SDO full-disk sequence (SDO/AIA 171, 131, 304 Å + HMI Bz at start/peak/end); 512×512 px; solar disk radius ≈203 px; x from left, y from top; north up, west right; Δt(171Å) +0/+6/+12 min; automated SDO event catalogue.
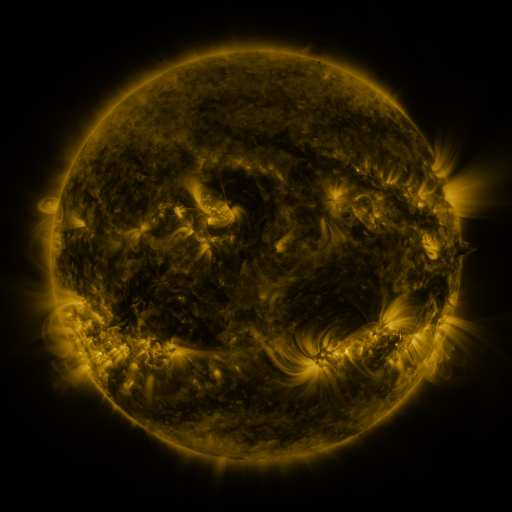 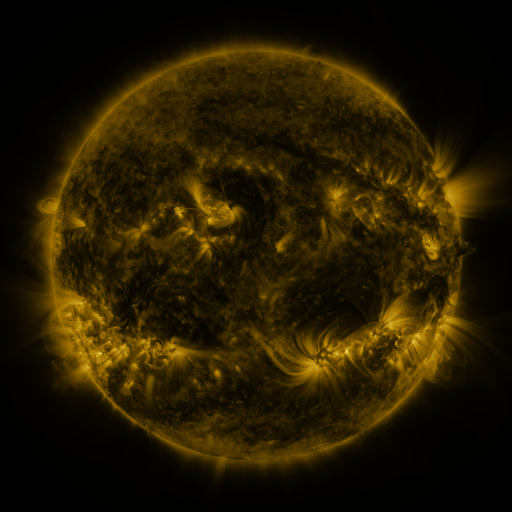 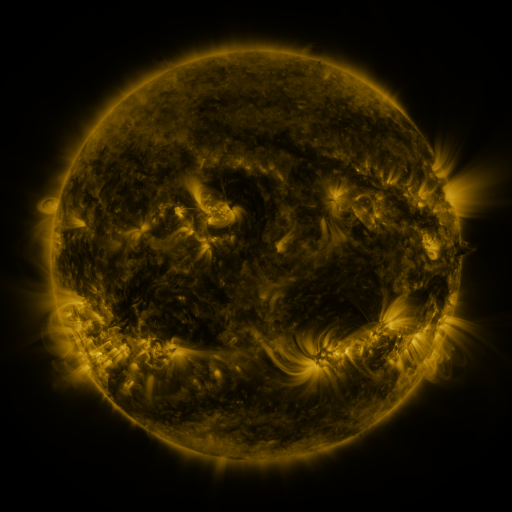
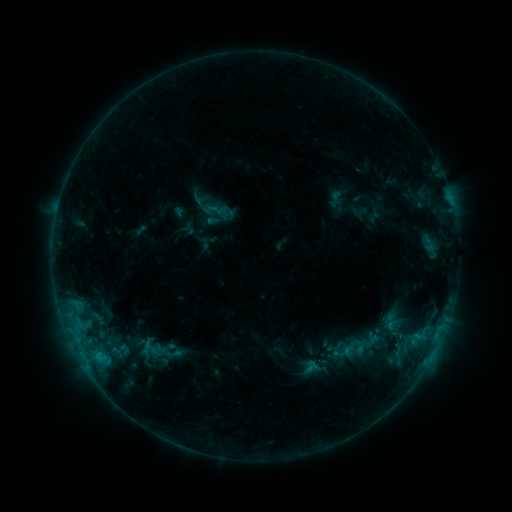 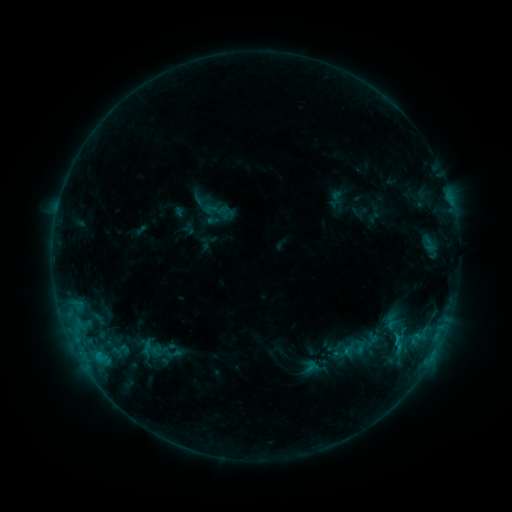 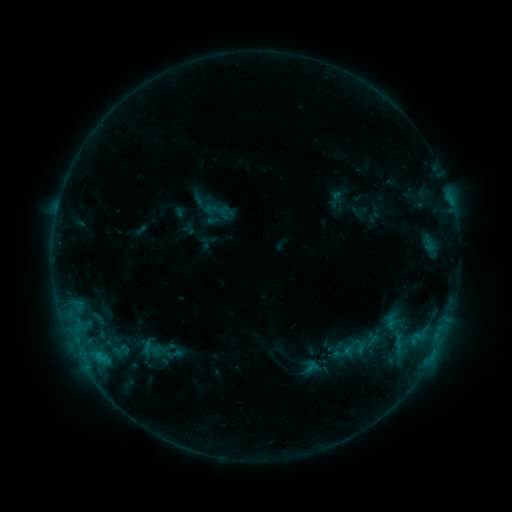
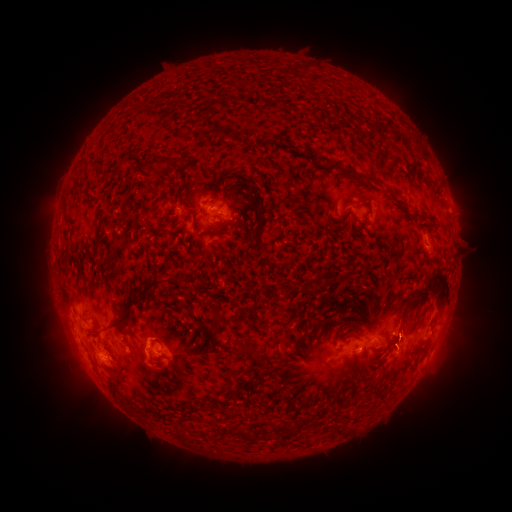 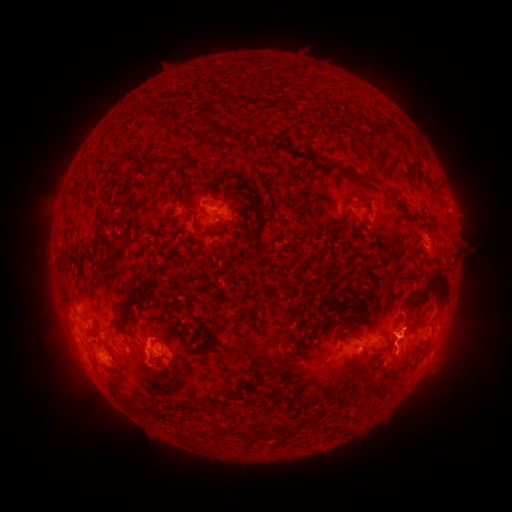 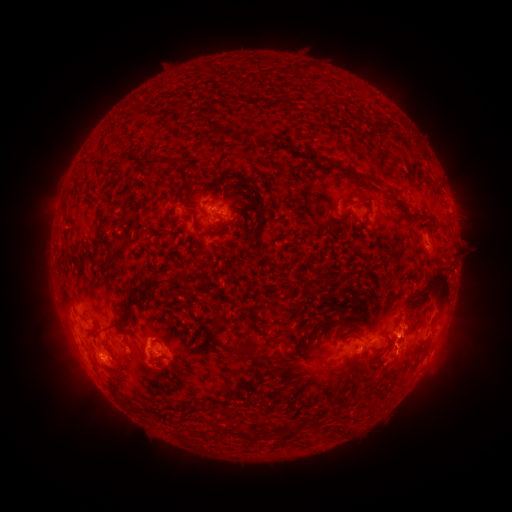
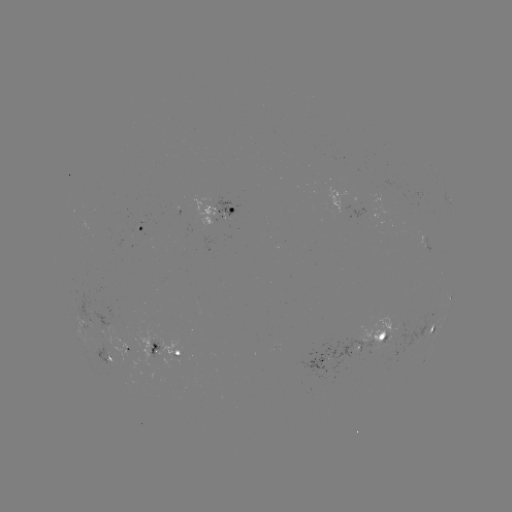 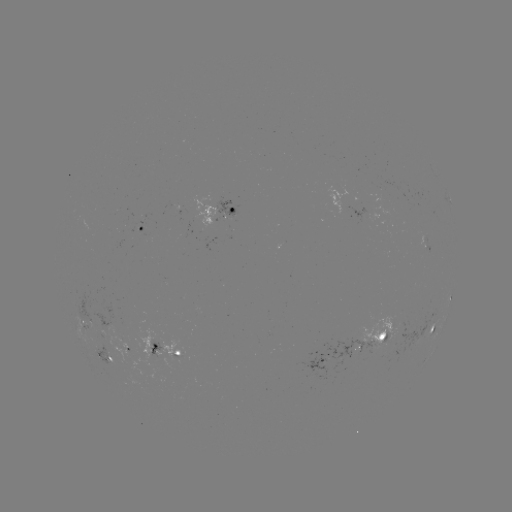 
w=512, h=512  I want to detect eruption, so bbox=[374, 299, 430, 353].